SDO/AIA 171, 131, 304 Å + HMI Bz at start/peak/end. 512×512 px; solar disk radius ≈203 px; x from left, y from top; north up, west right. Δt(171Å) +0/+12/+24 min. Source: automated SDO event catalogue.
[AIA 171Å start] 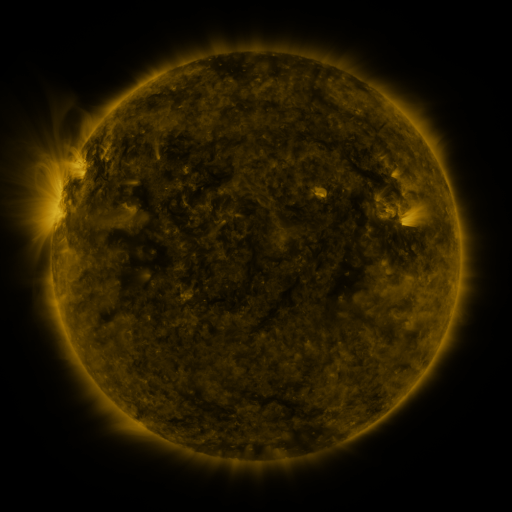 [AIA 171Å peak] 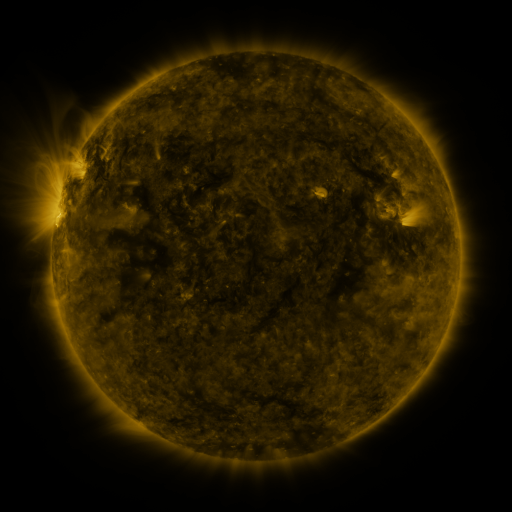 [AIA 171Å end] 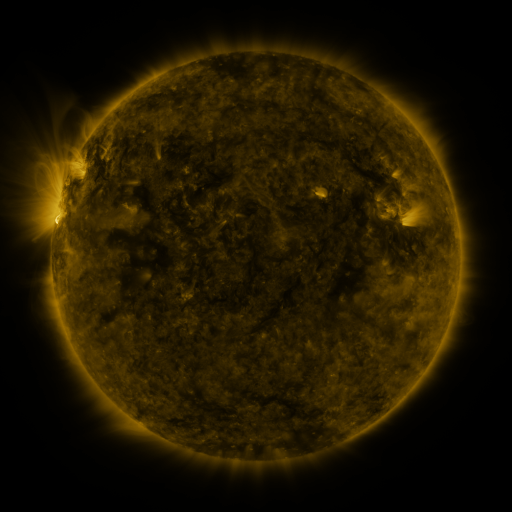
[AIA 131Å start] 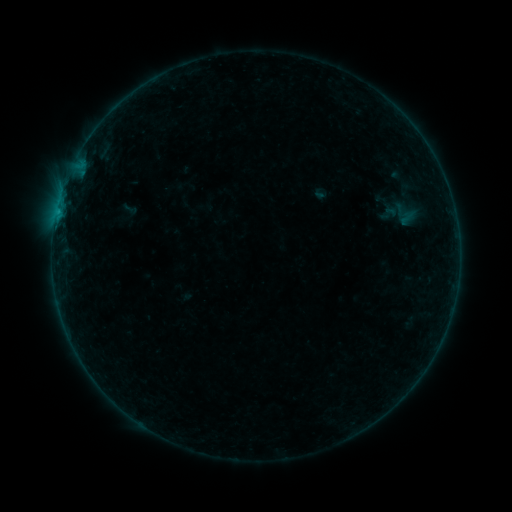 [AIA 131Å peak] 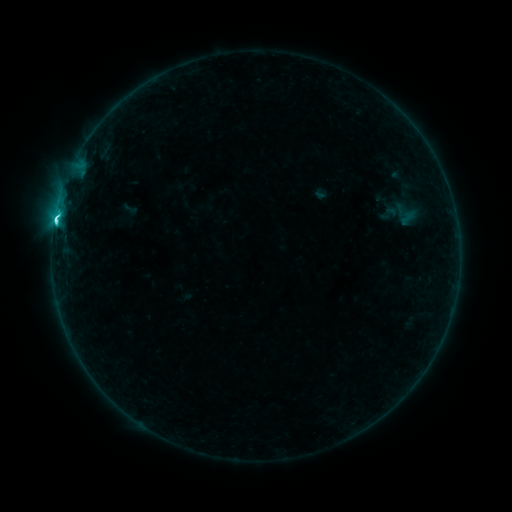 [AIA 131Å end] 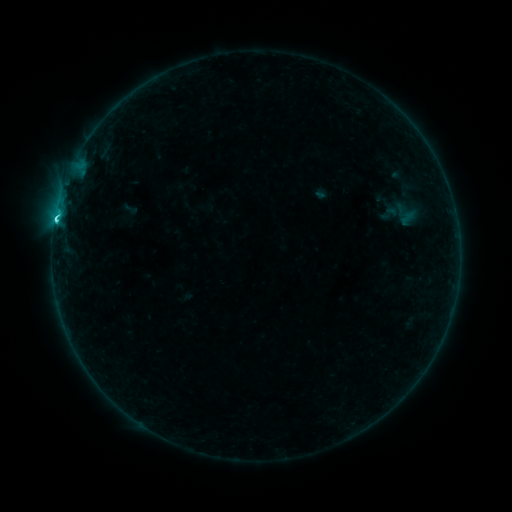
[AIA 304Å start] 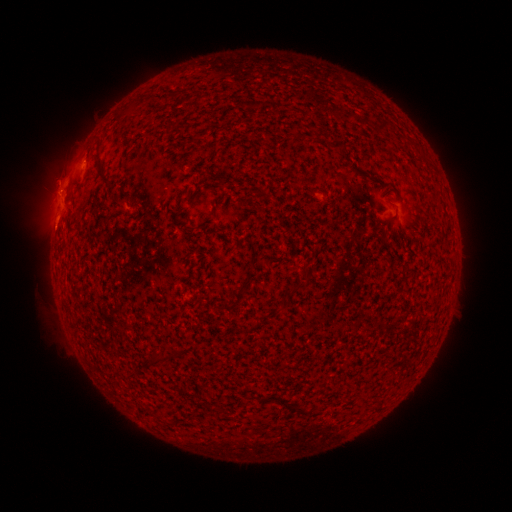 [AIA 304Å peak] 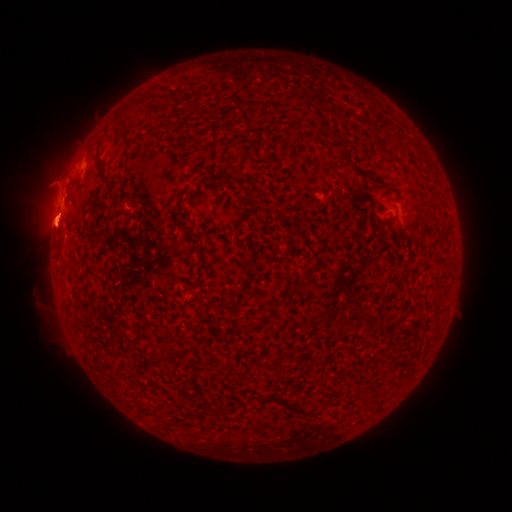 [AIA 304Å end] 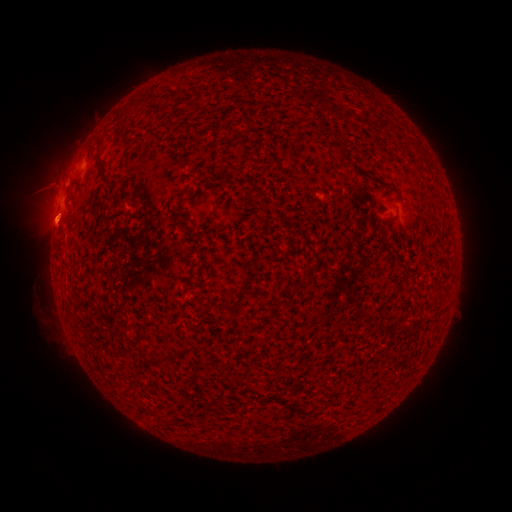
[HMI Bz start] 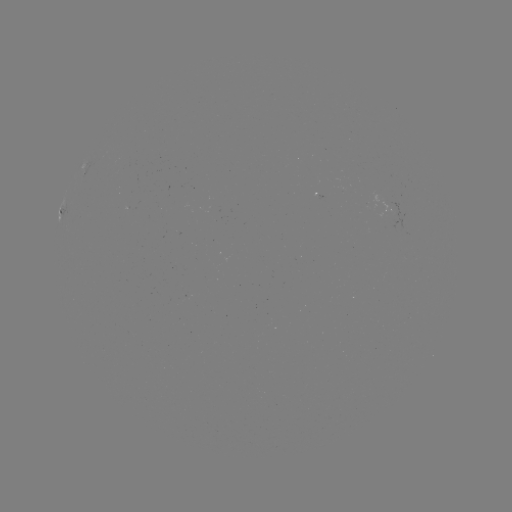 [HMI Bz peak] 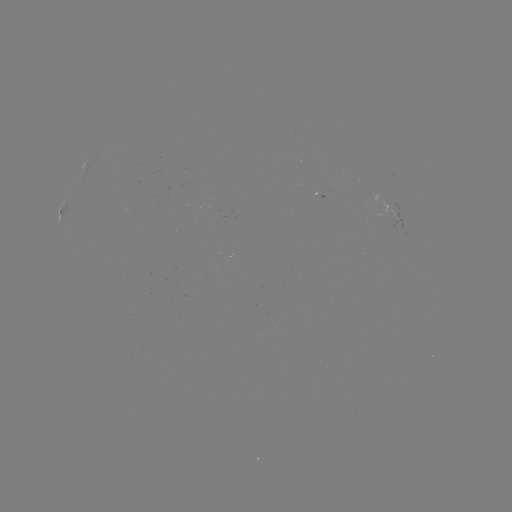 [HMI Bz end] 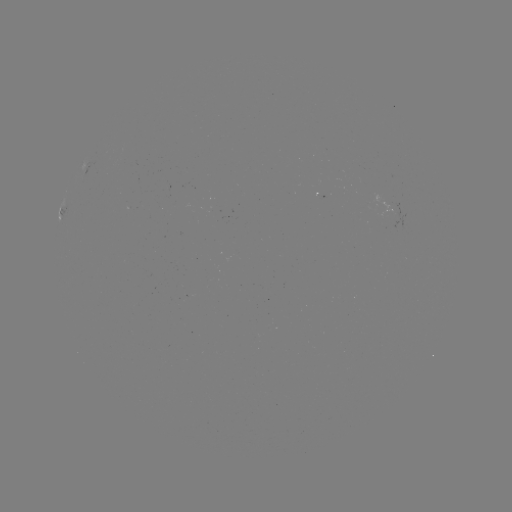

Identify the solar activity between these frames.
C3.3 flare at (56, 222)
